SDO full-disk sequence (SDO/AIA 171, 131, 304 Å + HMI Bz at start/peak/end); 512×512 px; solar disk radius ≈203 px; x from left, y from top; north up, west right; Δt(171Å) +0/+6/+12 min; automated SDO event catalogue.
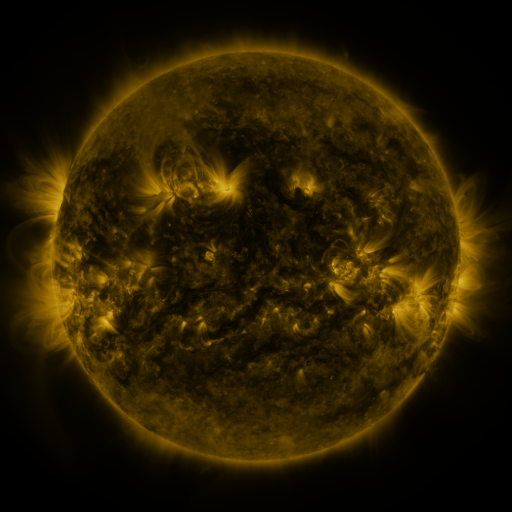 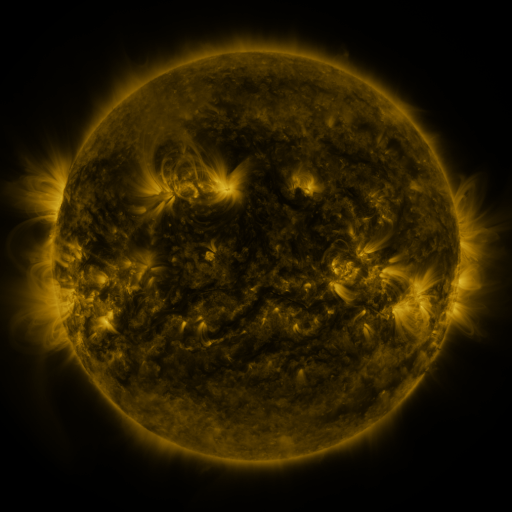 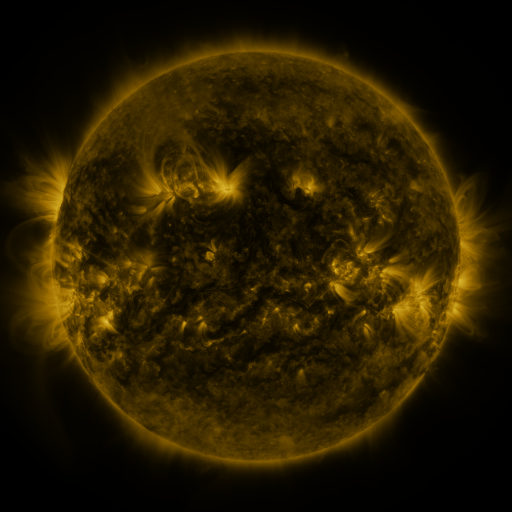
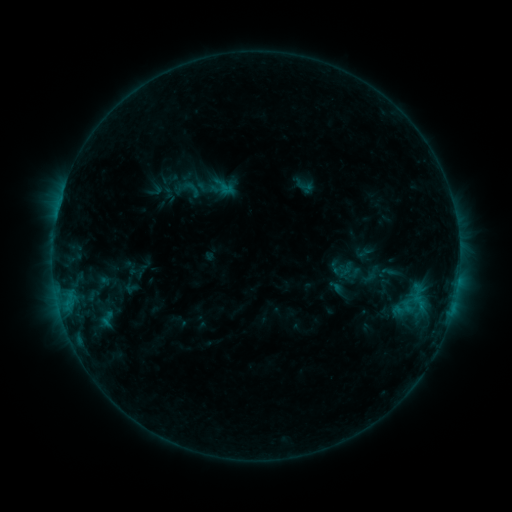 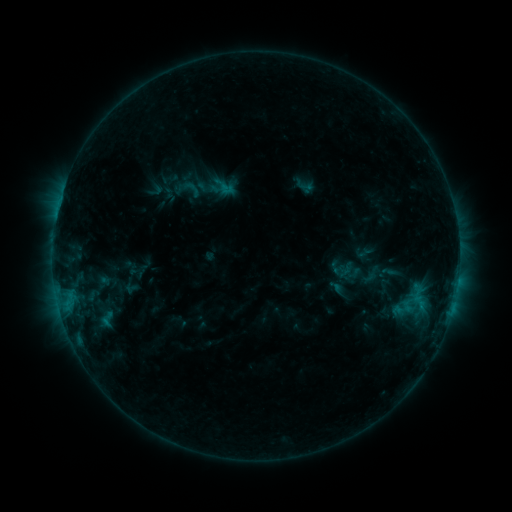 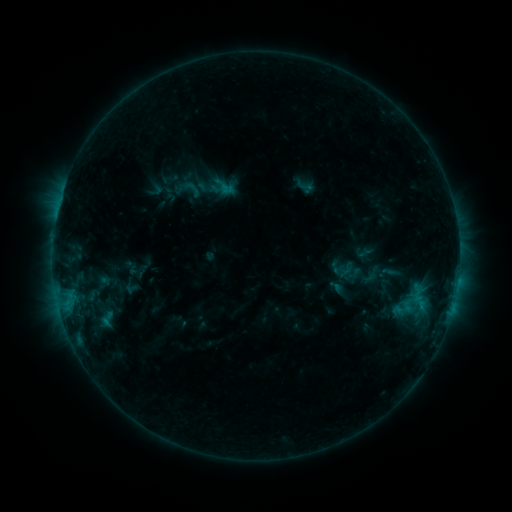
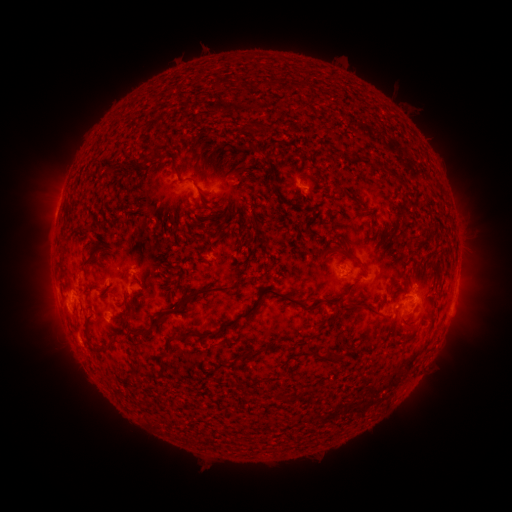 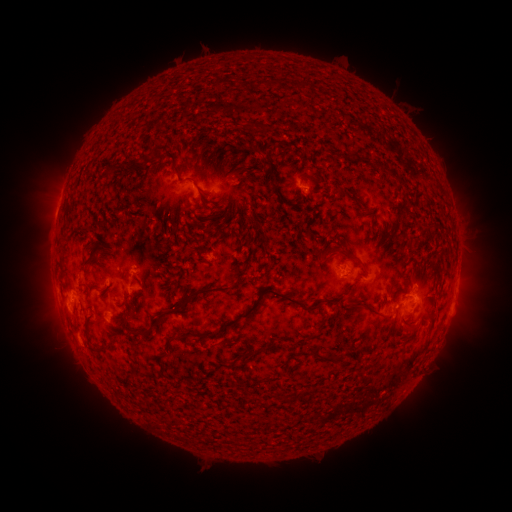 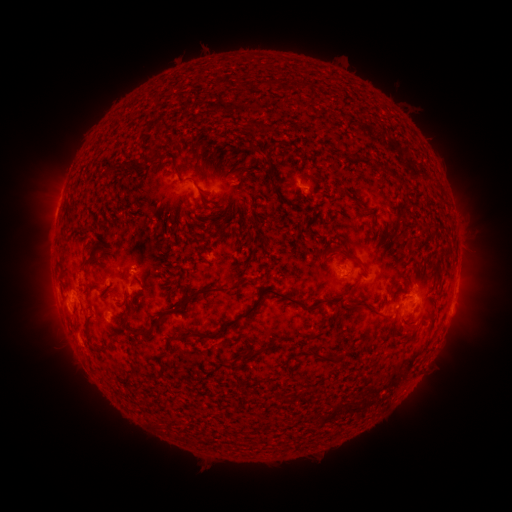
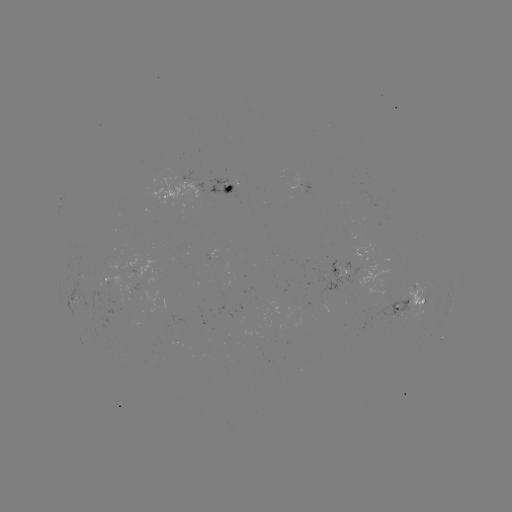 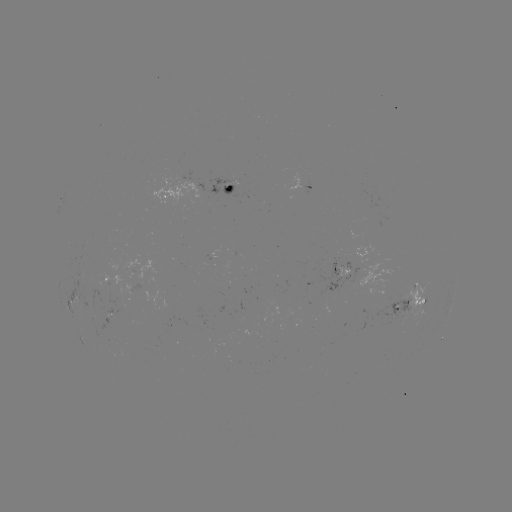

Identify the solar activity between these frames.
no classed flare was catalogued and no EUV brightening was flagged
